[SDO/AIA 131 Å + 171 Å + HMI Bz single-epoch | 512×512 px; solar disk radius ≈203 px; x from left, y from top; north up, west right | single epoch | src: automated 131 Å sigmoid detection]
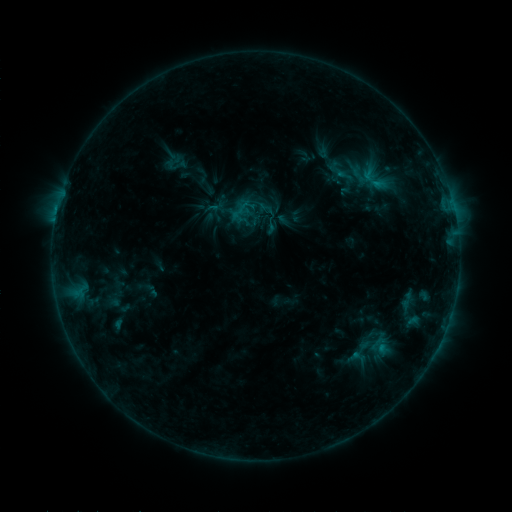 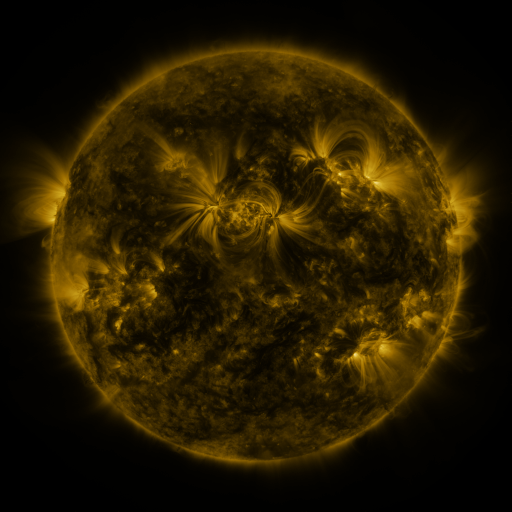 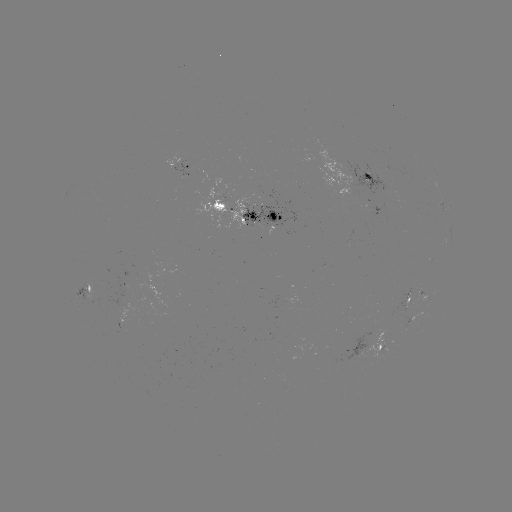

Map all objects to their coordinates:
sigmoid: <bbox>166, 157, 182, 172</bbox>
sigmoid: <bbox>359, 170, 388, 194</bbox>
sigmoid: <bbox>397, 289, 417, 312</bbox>
